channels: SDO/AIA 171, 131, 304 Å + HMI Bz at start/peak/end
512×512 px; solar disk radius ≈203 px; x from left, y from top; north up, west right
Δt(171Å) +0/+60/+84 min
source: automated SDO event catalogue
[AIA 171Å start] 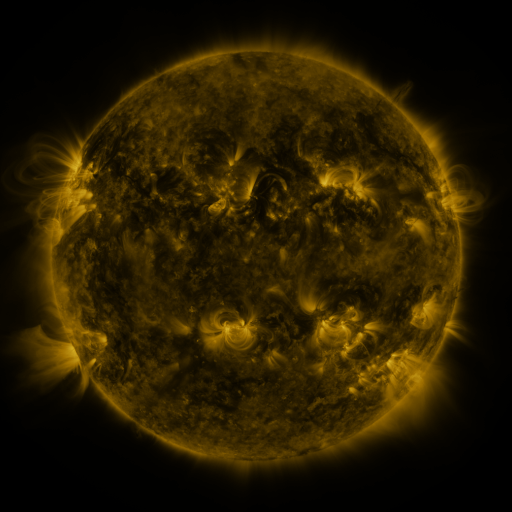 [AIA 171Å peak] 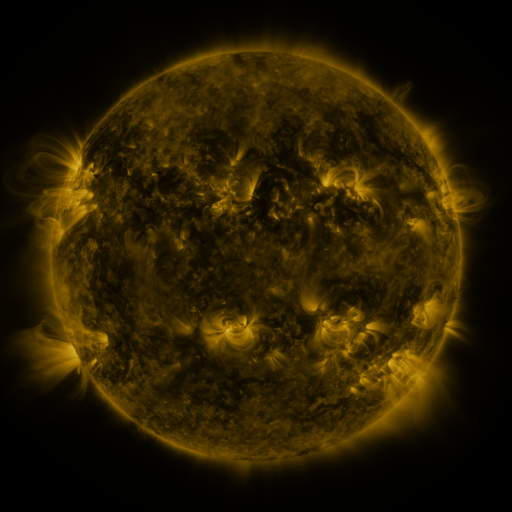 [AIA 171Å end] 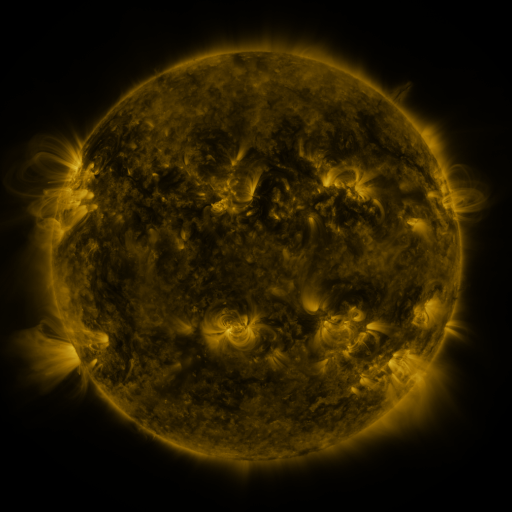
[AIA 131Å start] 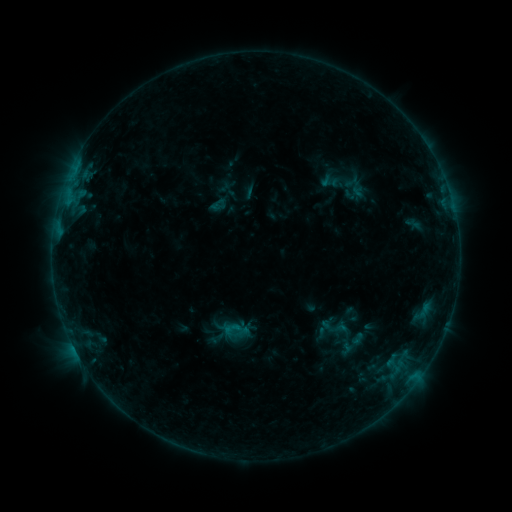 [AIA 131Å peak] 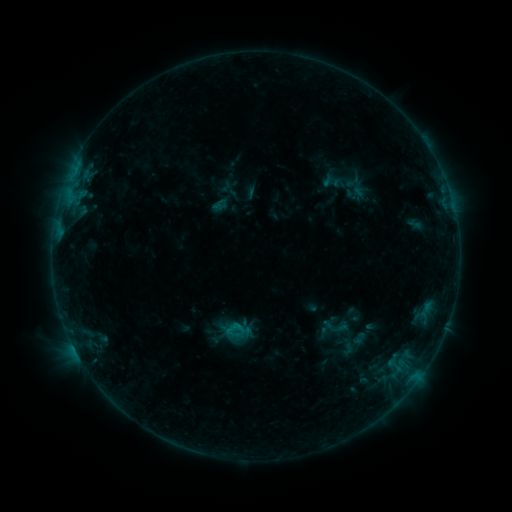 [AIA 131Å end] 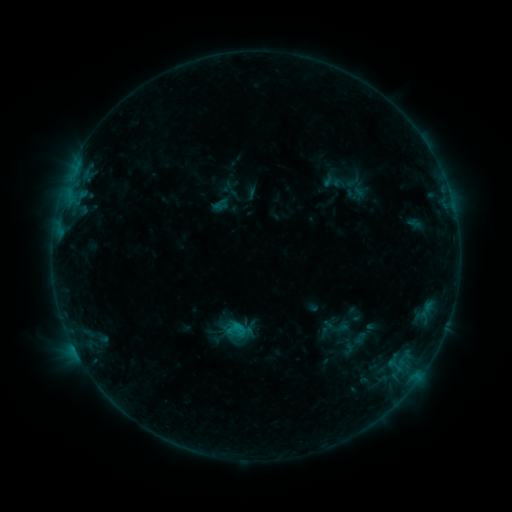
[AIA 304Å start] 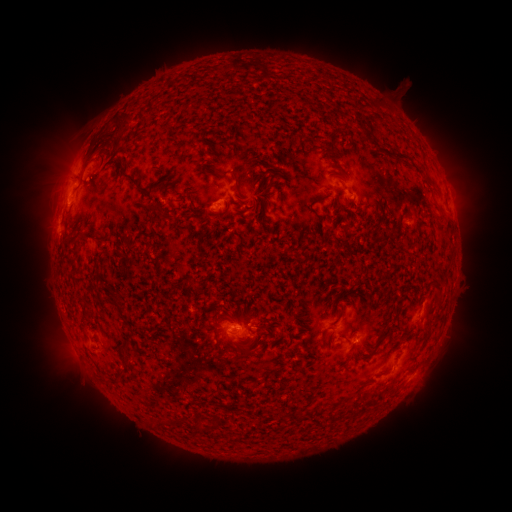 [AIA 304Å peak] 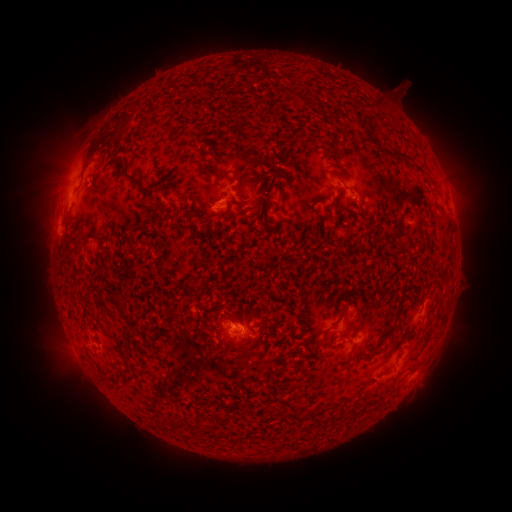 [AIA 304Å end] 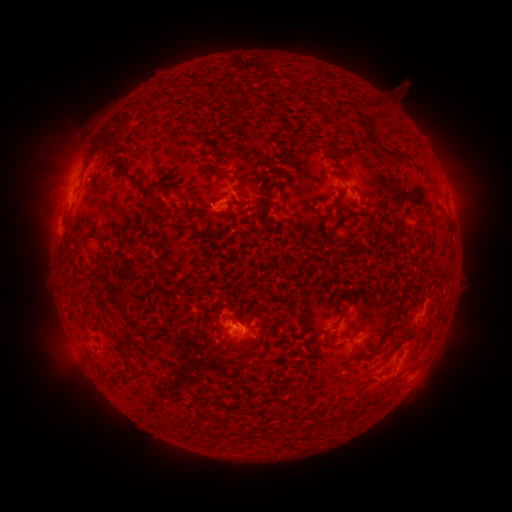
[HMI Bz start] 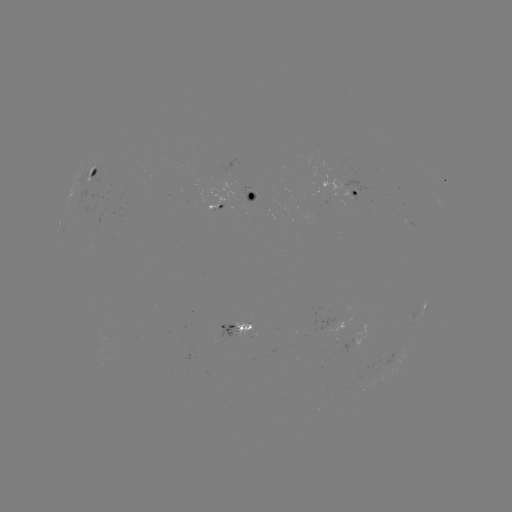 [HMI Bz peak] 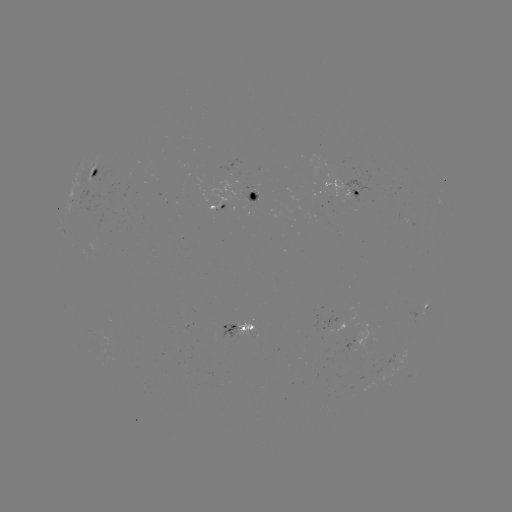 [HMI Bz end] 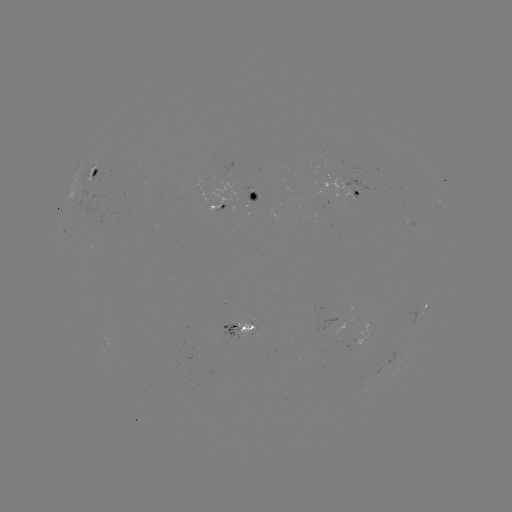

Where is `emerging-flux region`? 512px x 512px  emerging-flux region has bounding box [349, 189, 360, 201].